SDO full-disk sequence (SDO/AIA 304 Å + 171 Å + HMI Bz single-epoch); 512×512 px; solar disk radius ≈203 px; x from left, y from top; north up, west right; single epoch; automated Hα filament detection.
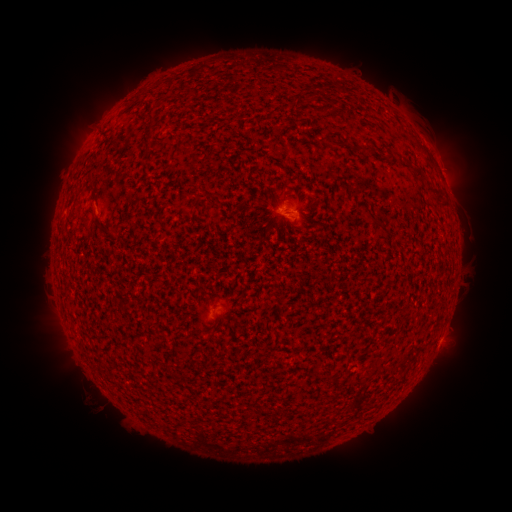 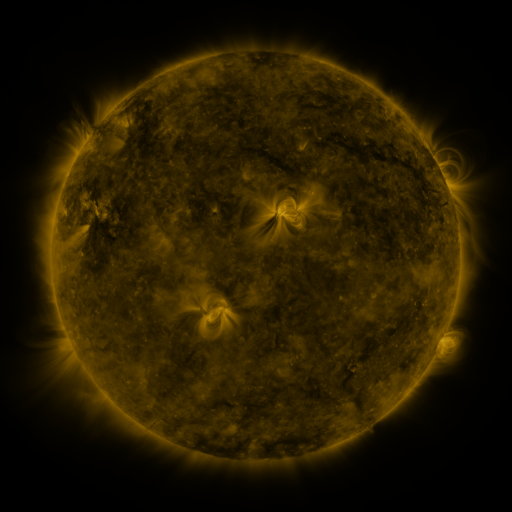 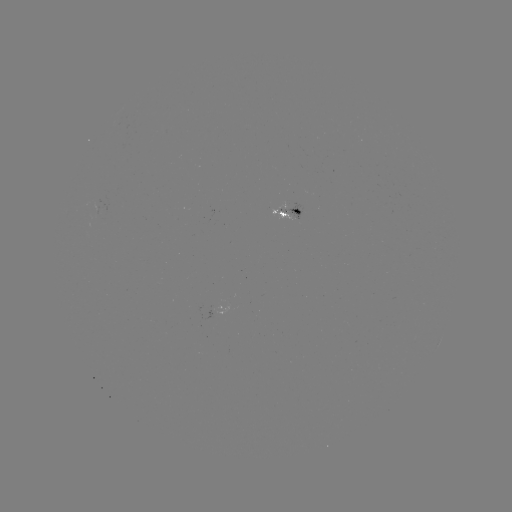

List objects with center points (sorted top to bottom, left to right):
filament: (404, 158, 415, 169)
filament: (414, 169, 424, 178)
filament: (425, 186, 444, 197)
filament: (437, 199, 447, 209)
filament: (368, 216, 381, 226)
